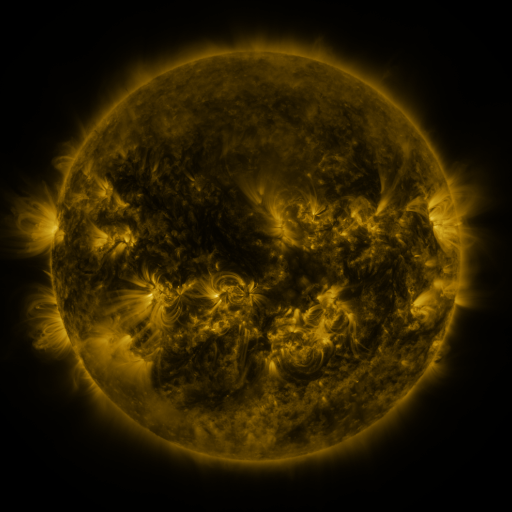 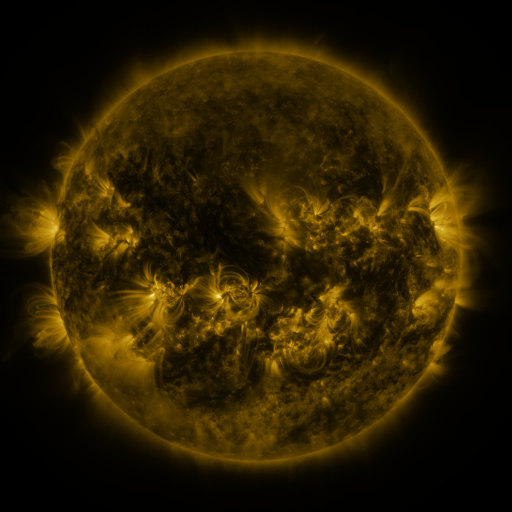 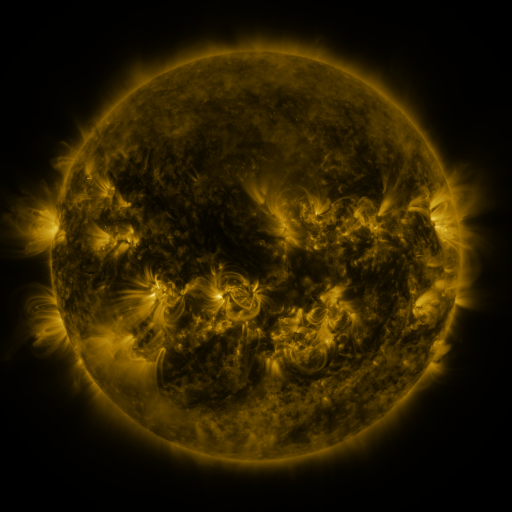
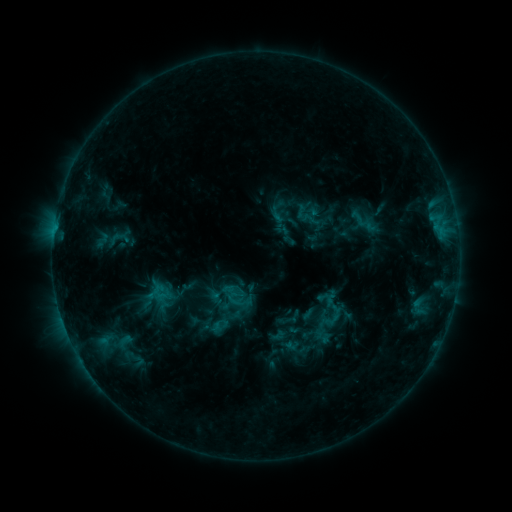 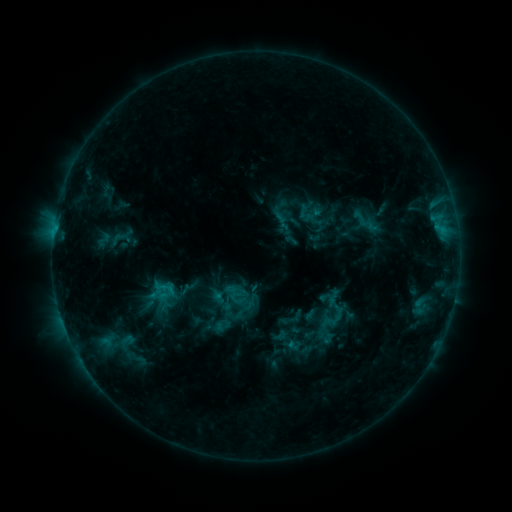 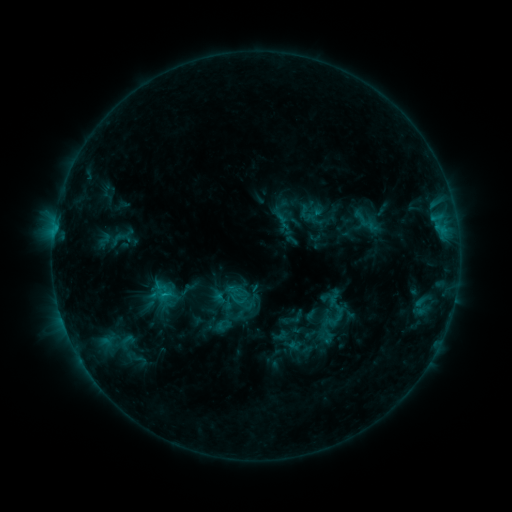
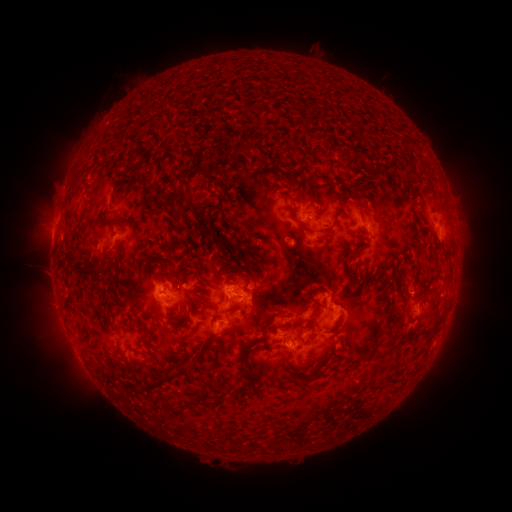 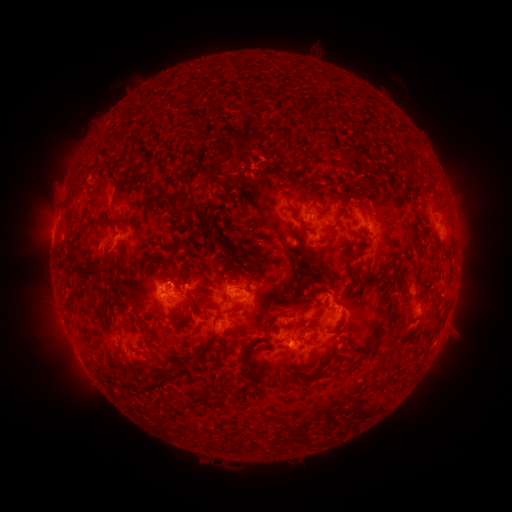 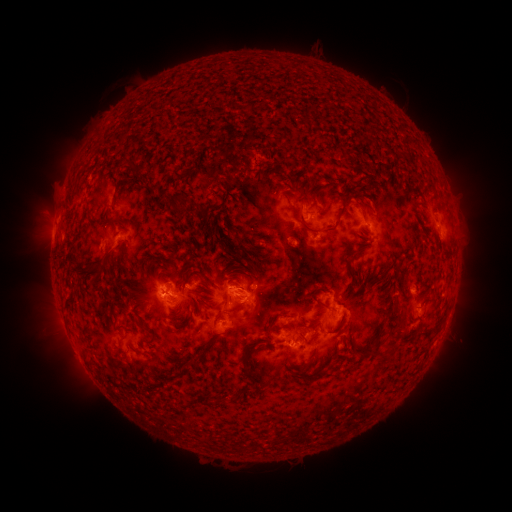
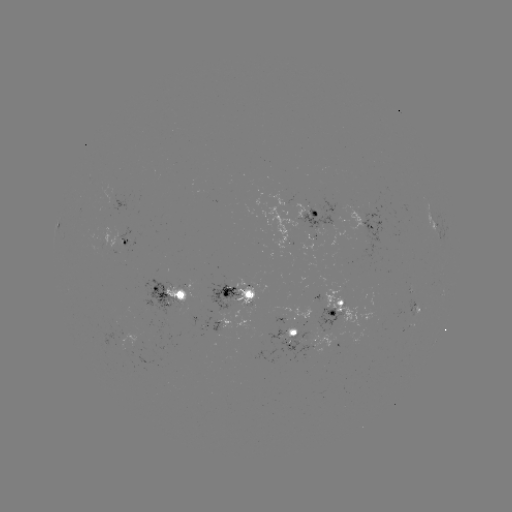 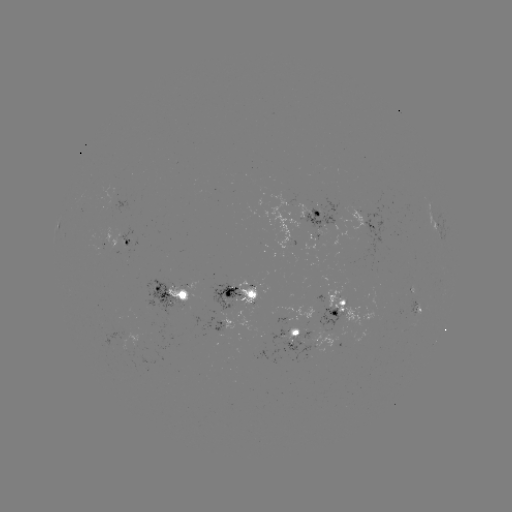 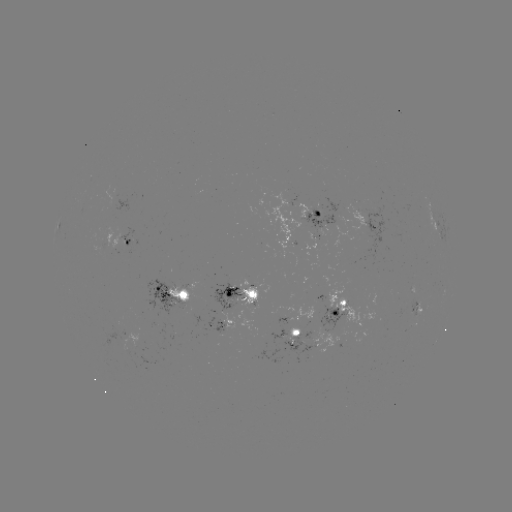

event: emerging-flux region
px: (229, 302)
